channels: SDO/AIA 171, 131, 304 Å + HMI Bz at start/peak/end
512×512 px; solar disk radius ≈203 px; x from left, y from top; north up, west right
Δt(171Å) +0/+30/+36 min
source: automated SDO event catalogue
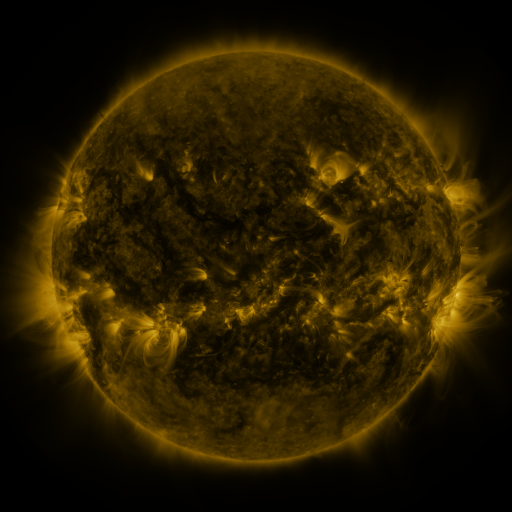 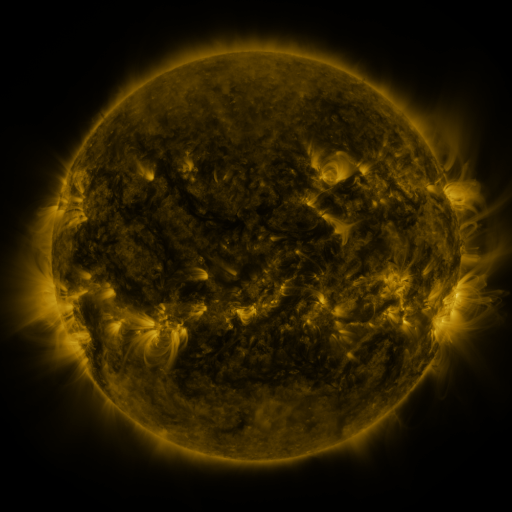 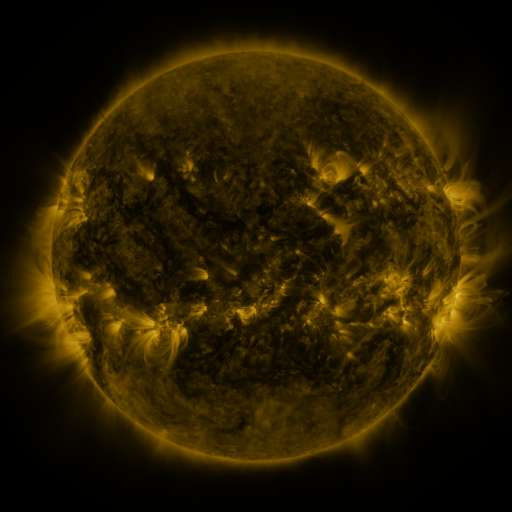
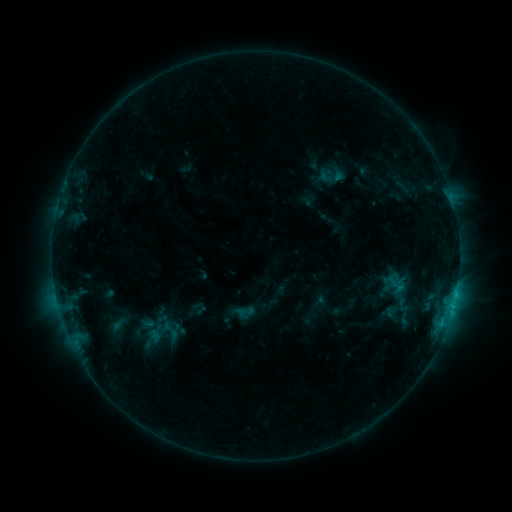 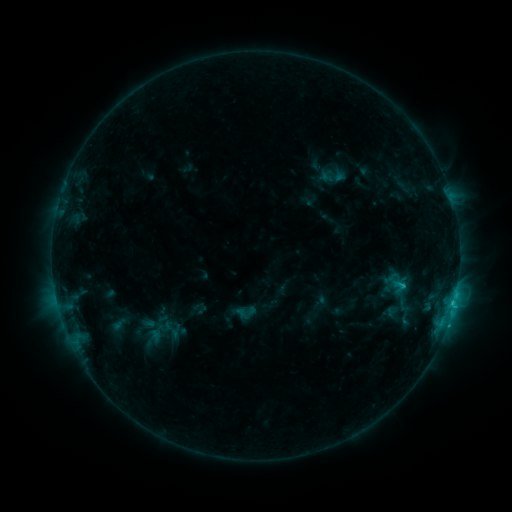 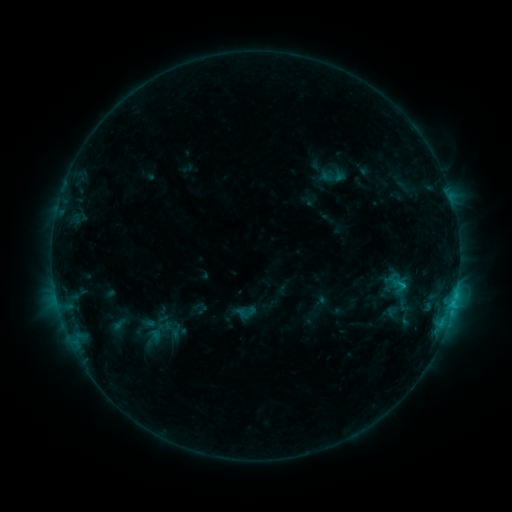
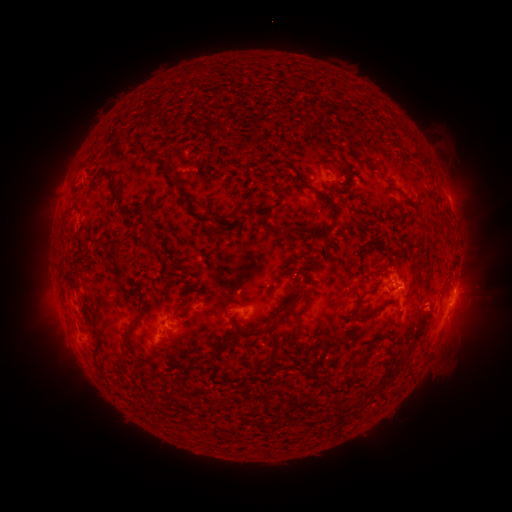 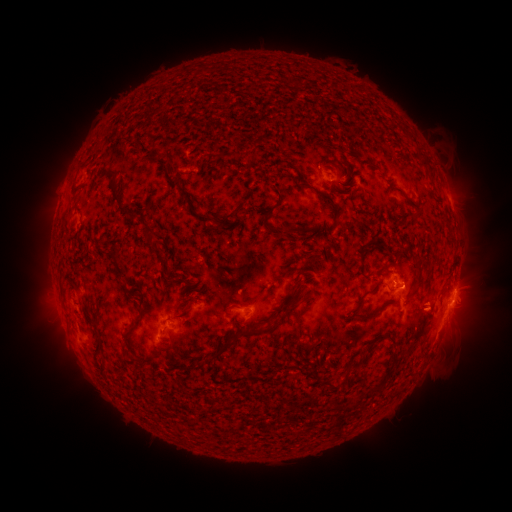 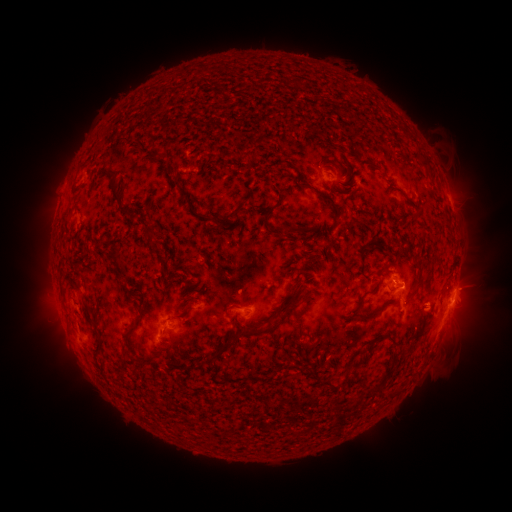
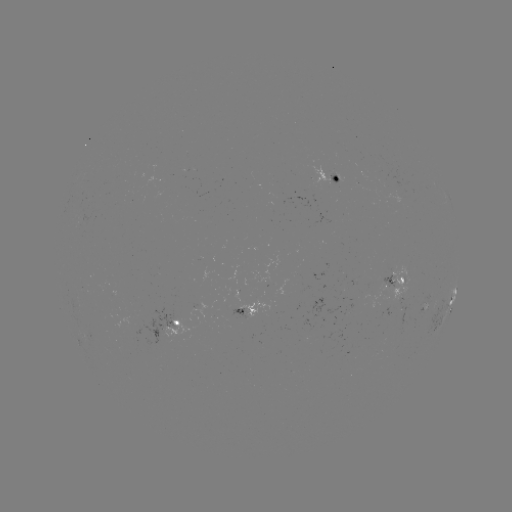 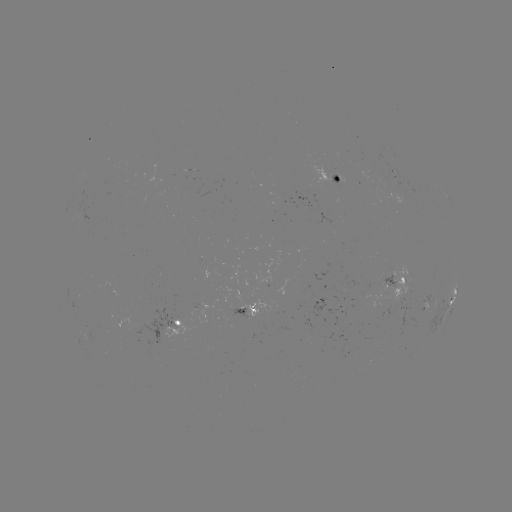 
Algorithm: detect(C1.7 flare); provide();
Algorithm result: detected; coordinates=(402, 283)